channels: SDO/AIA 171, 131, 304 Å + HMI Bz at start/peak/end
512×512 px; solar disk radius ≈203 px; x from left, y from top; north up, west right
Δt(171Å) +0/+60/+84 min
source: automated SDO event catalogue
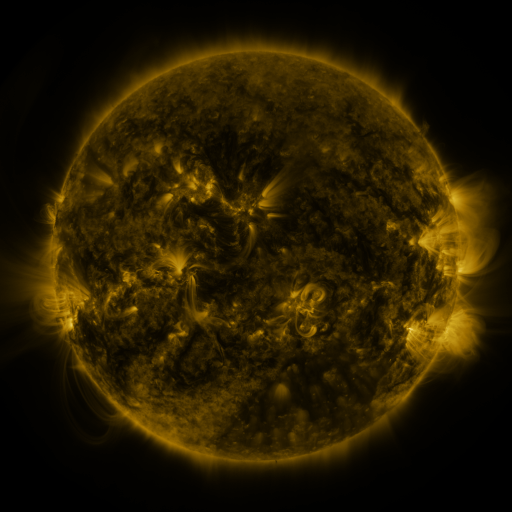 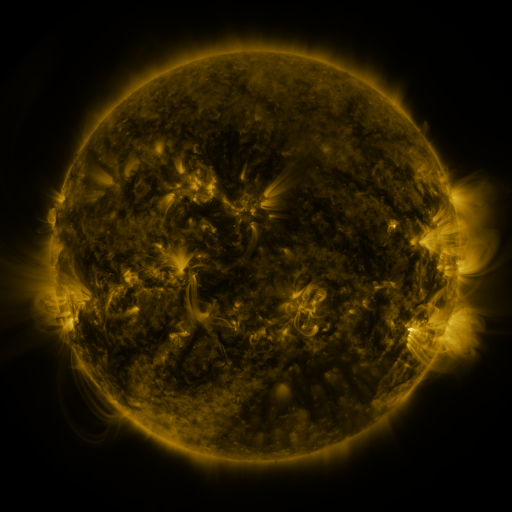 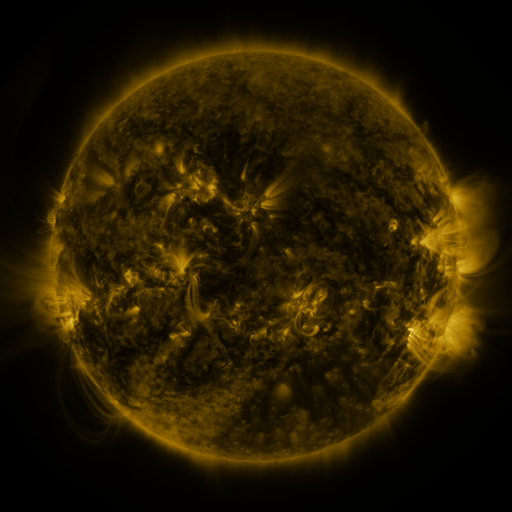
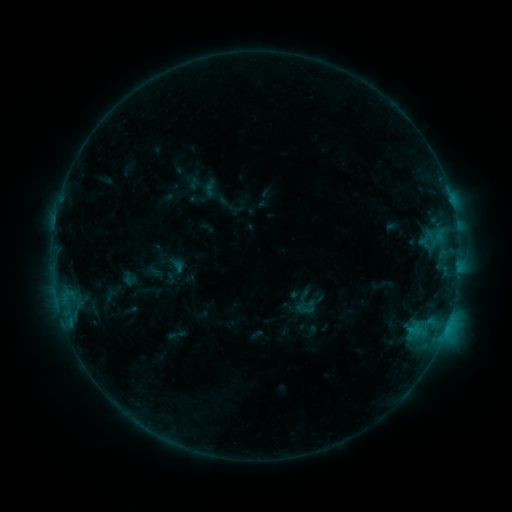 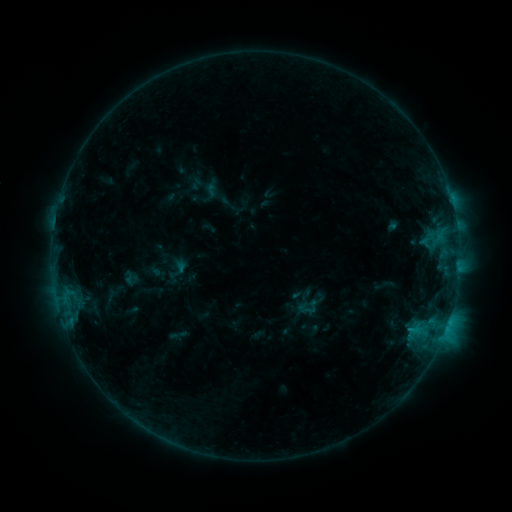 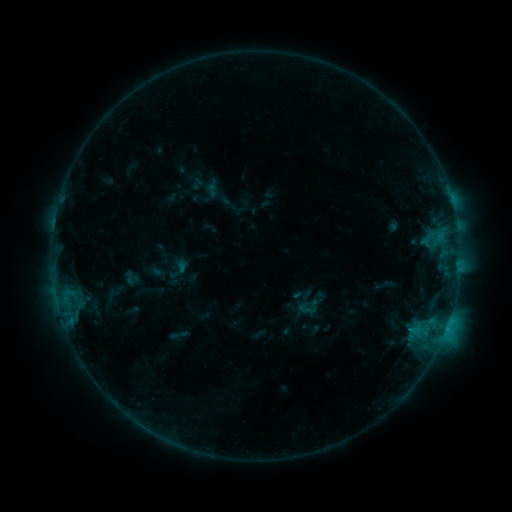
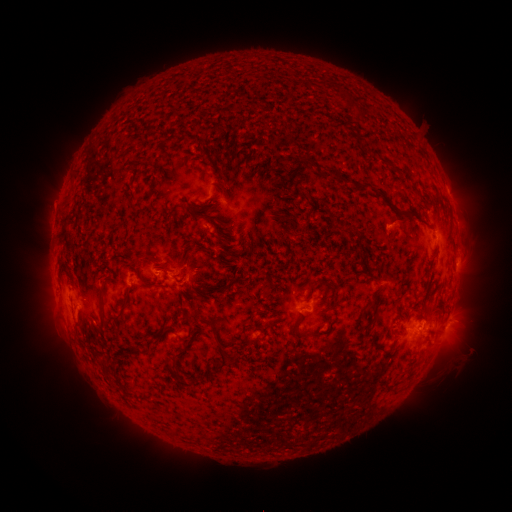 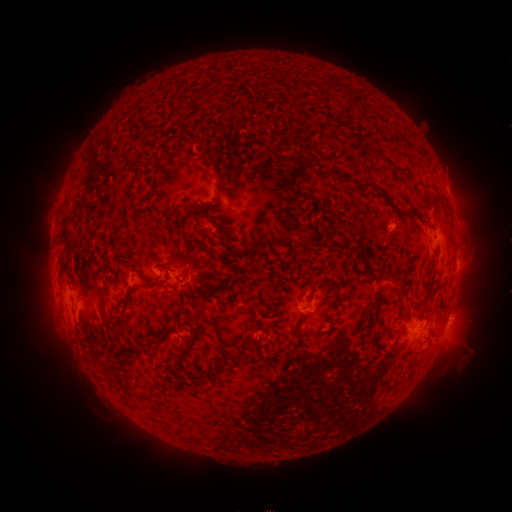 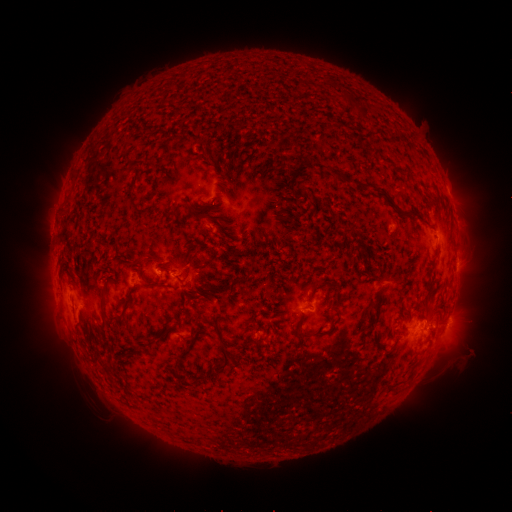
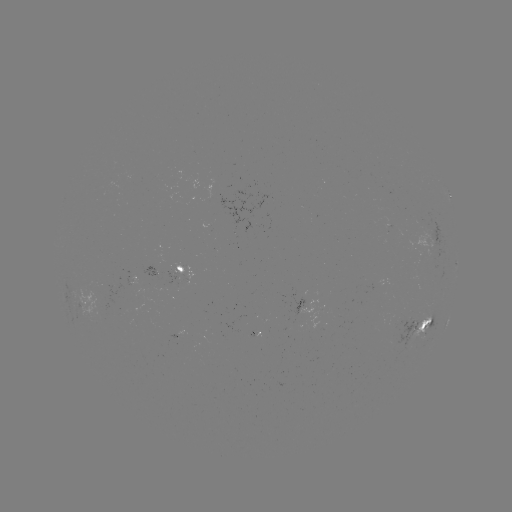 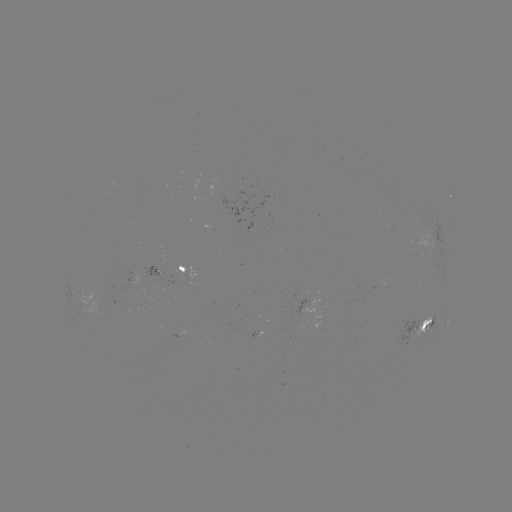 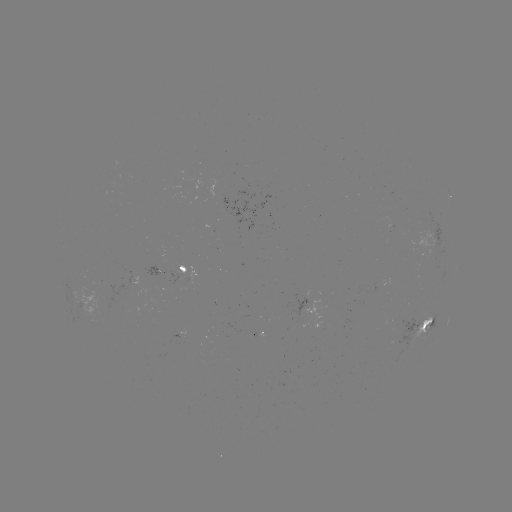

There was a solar emerging-flux region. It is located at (424, 230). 